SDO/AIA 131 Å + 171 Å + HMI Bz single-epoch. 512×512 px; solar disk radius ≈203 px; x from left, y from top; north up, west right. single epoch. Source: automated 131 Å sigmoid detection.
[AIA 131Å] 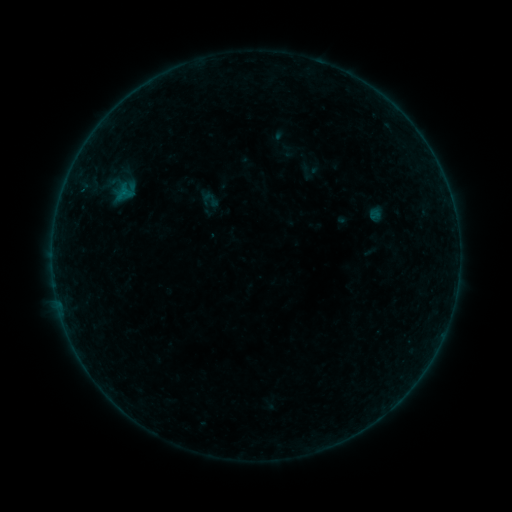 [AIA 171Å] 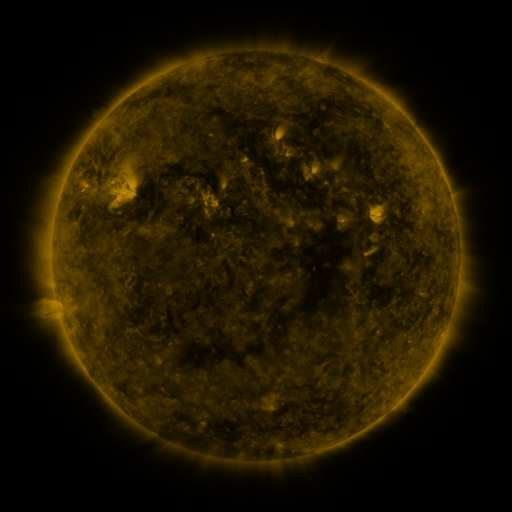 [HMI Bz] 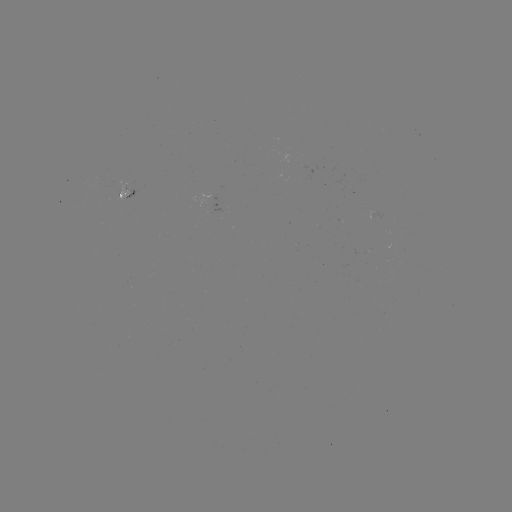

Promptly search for sigmoid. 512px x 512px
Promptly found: [211, 199].